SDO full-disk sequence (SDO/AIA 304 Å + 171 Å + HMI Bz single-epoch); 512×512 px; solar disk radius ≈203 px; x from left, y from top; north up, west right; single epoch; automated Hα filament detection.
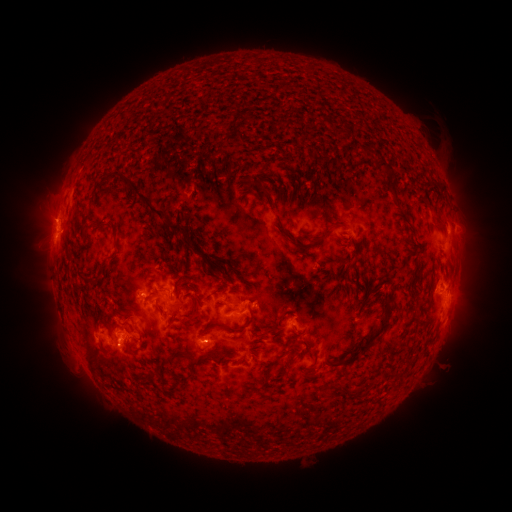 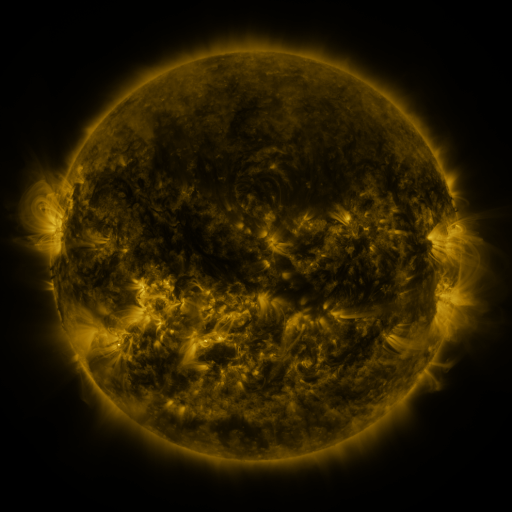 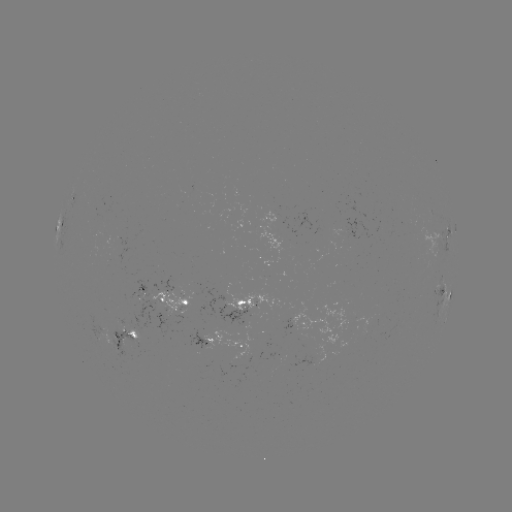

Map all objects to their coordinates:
filament: (381, 165)
filament: (250, 186)
filament: (263, 189)
filament: (153, 209)
filament: (441, 225)
filament: (115, 226)
filament: (327, 233)
filament: (314, 243)
filament: (353, 264)
filament: (178, 293)
filament: (193, 314)
filament: (282, 315)
filament: (230, 328)
filament: (132, 333)
filament: (257, 338)
filament: (370, 339)
filament: (305, 343)
filament: (192, 351)
filament: (289, 357)
filament: (313, 363)
filament: (191, 364)
